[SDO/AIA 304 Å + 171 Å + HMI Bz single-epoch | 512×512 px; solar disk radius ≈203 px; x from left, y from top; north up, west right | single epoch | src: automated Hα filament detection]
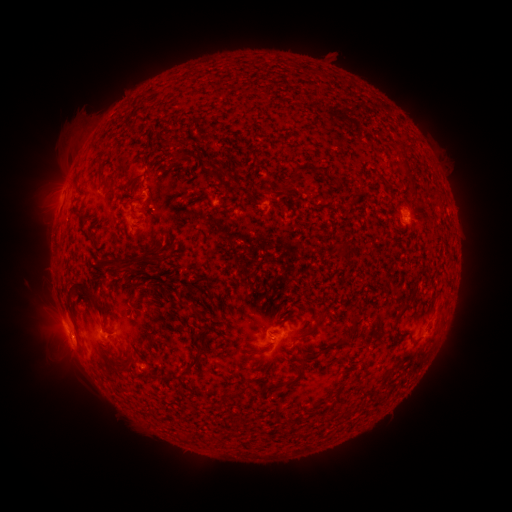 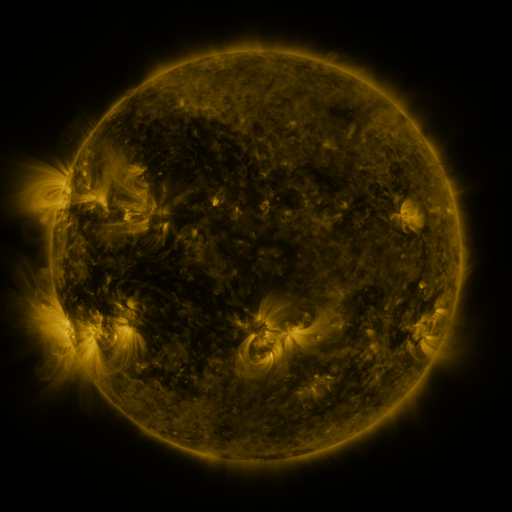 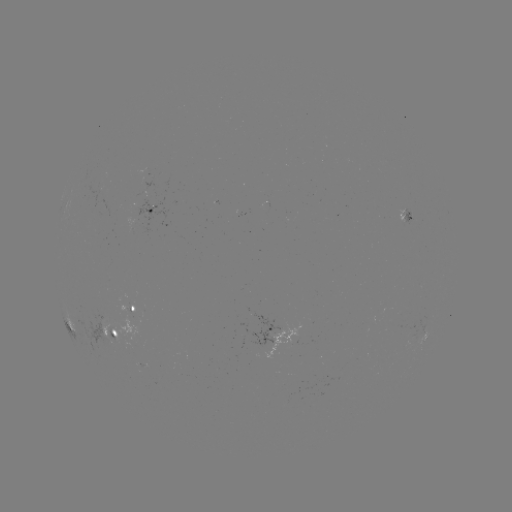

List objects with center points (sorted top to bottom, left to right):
filament: (100, 171)
filament: (289, 185)
filament: (343, 250)
filament: (122, 262)
filament: (90, 297)
filament: (411, 298)
filament: (400, 316)
filament: (187, 368)
filament: (156, 376)
filament: (294, 379)
